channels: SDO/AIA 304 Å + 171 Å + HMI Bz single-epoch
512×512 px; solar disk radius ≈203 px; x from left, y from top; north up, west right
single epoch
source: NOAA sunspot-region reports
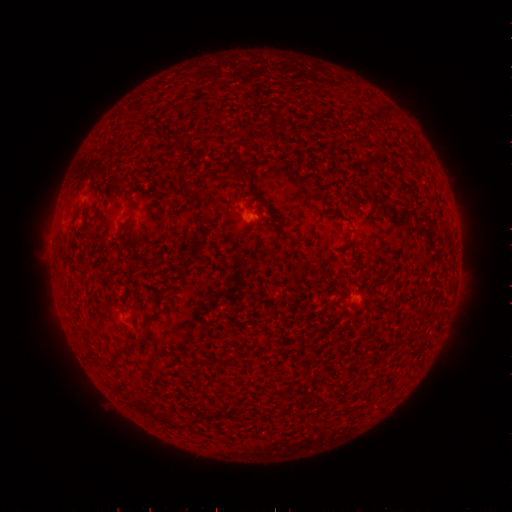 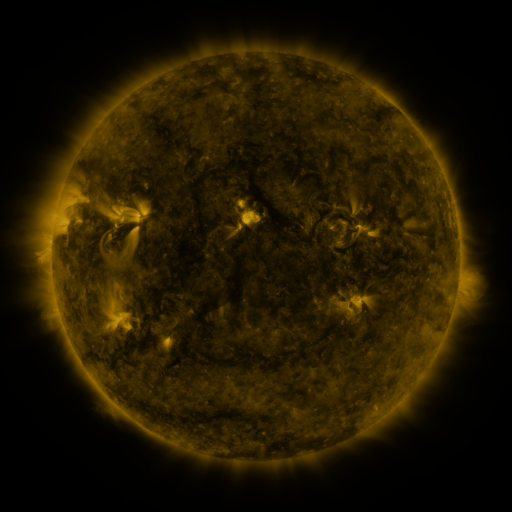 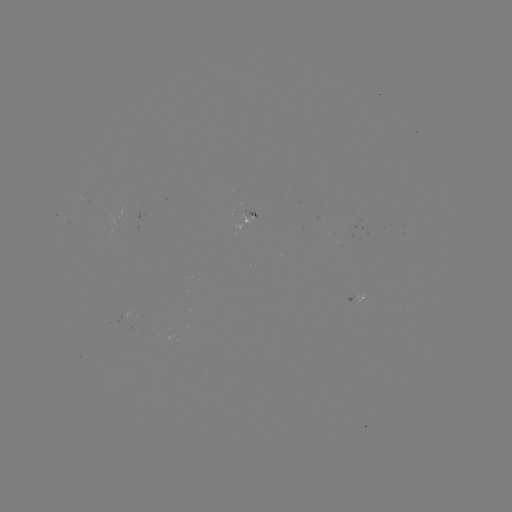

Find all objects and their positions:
spotted active region: (256, 216)
spotted active region: (356, 292)
